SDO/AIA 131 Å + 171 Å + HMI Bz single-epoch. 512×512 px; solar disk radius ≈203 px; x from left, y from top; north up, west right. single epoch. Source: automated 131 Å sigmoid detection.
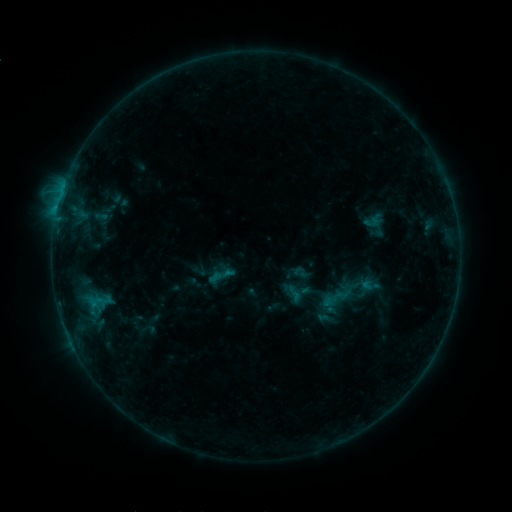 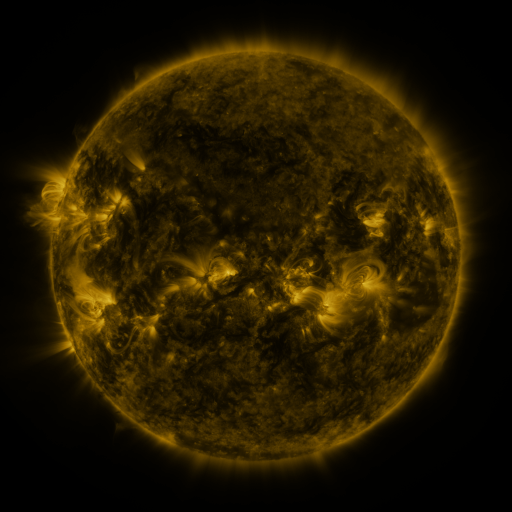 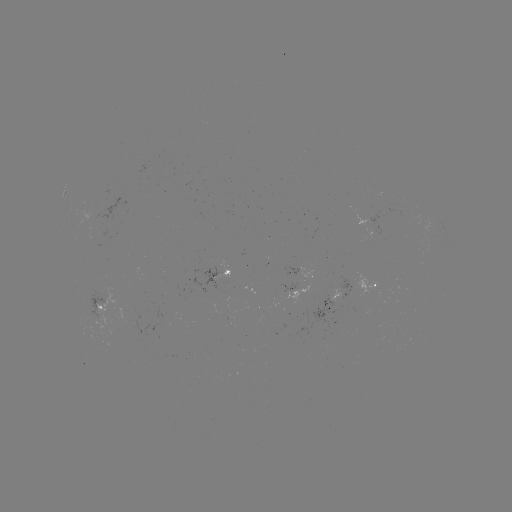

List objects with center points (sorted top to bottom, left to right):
sigmoid: (335, 299)
